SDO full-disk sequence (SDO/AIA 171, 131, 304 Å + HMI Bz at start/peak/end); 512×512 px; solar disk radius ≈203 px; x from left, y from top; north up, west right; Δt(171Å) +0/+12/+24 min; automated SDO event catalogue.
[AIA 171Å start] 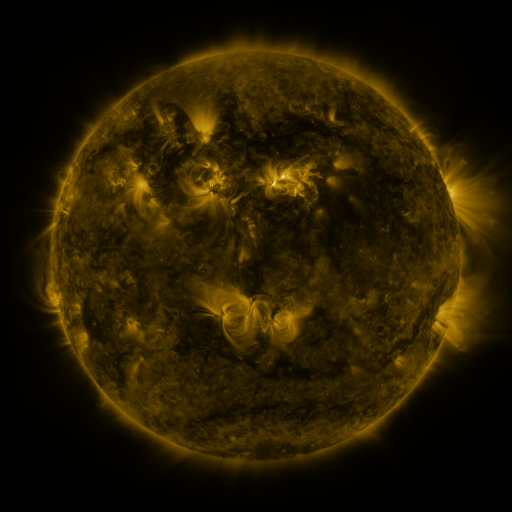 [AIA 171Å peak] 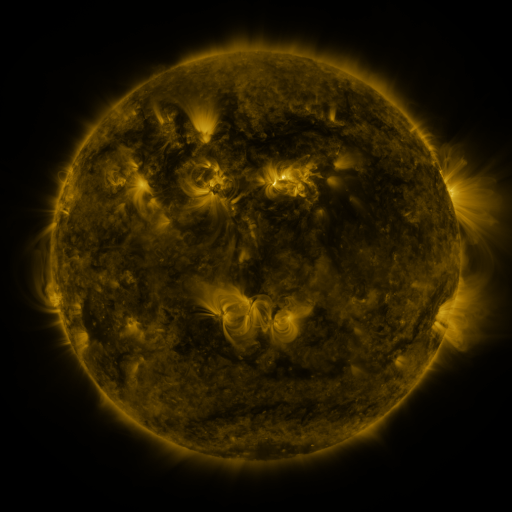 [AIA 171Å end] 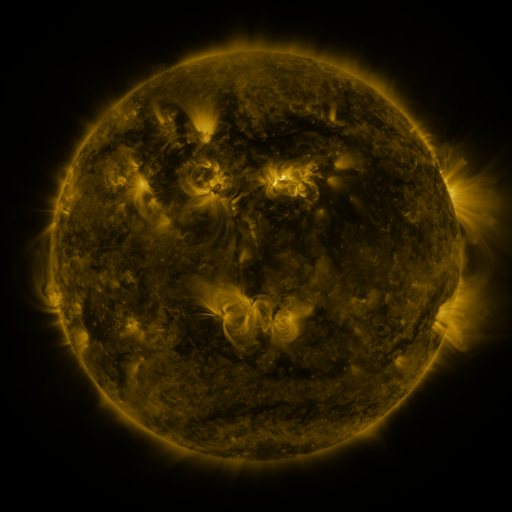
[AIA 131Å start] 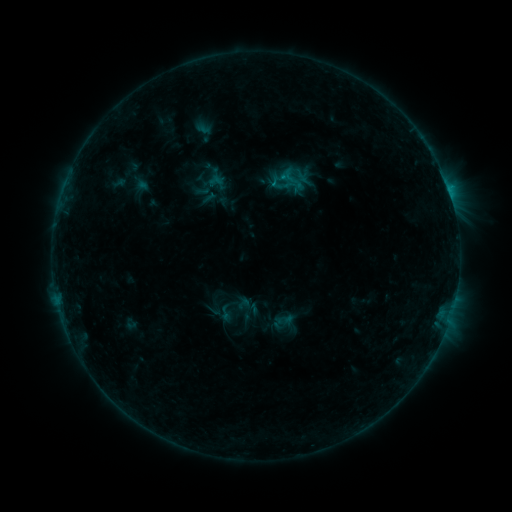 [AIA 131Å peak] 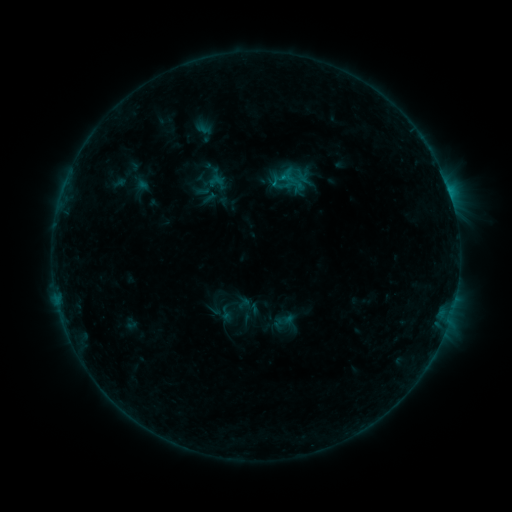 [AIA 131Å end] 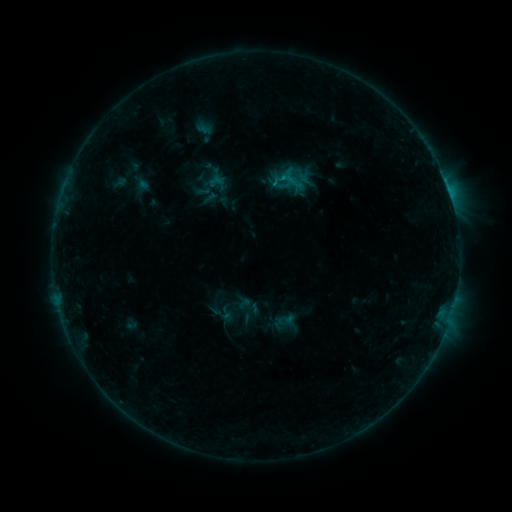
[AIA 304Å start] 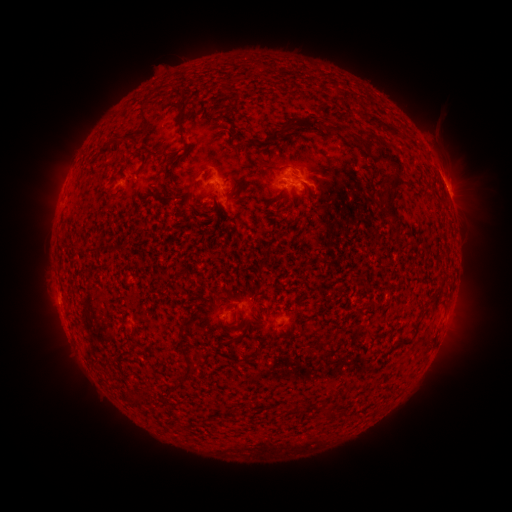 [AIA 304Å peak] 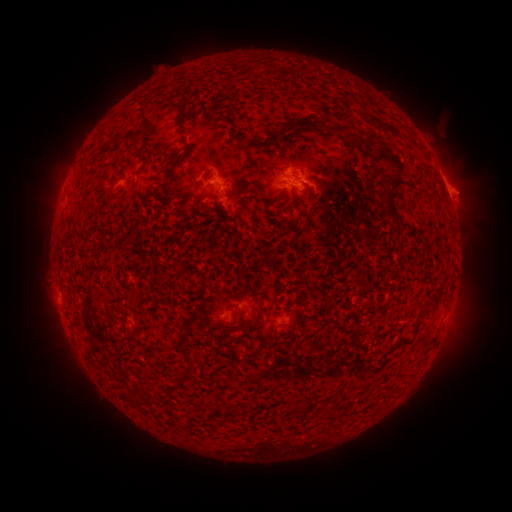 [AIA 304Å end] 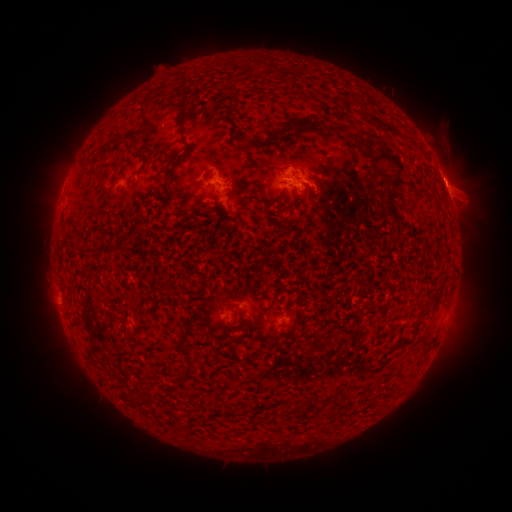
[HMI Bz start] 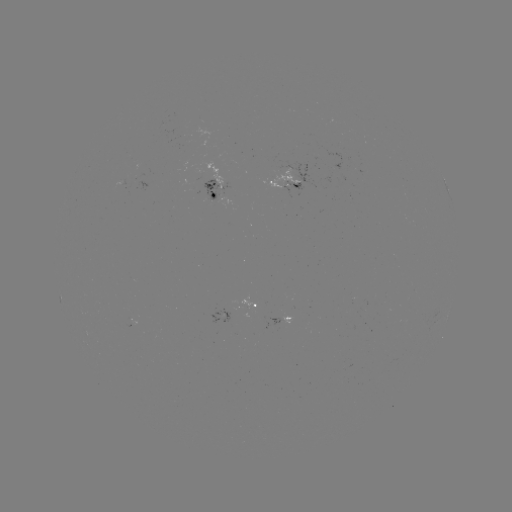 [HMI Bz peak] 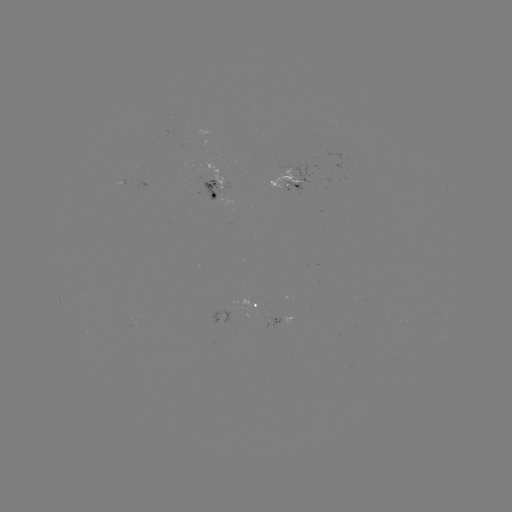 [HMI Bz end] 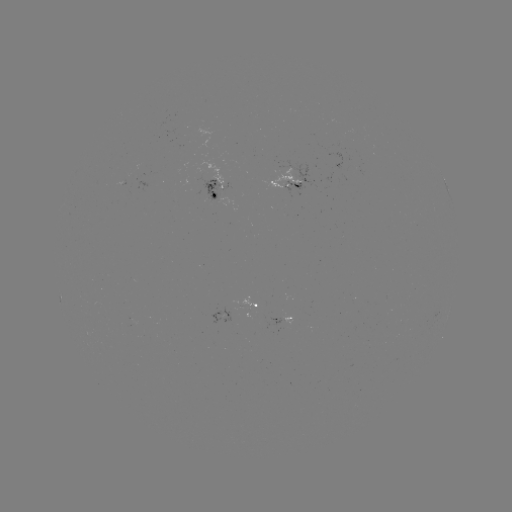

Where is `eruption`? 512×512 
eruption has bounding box [430, 158, 495, 225].